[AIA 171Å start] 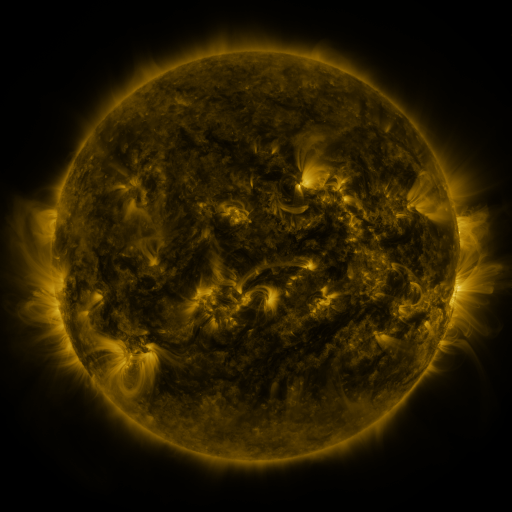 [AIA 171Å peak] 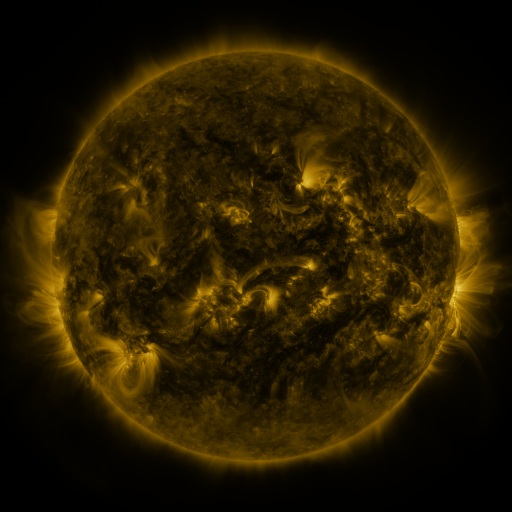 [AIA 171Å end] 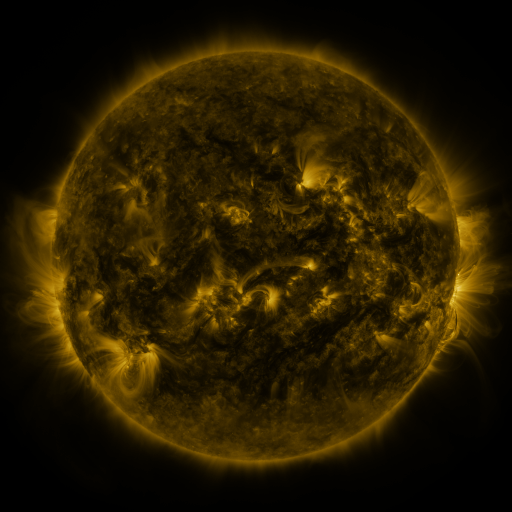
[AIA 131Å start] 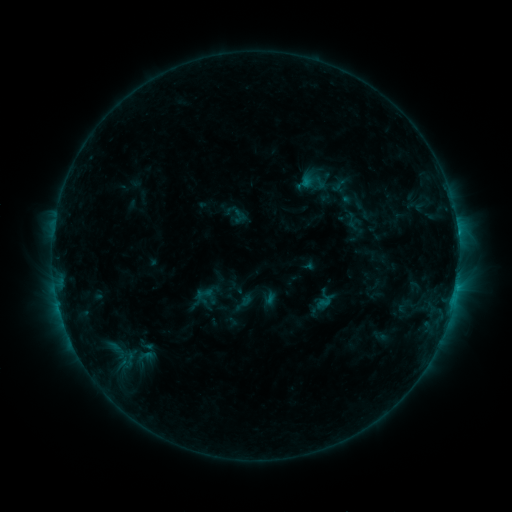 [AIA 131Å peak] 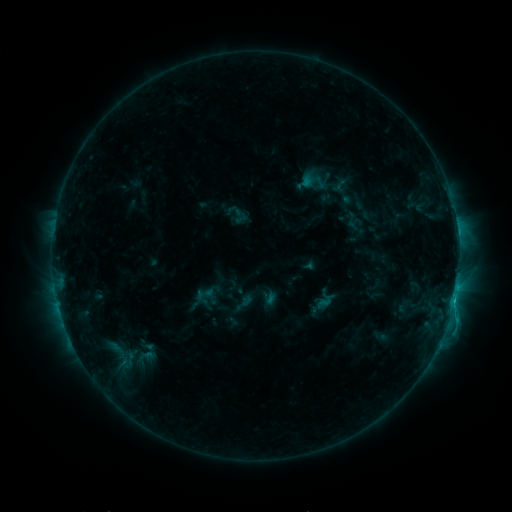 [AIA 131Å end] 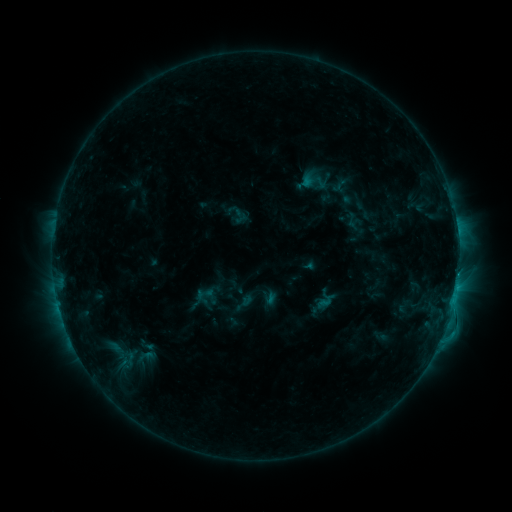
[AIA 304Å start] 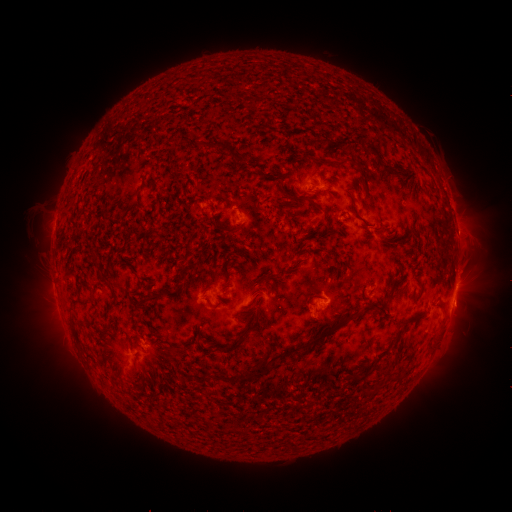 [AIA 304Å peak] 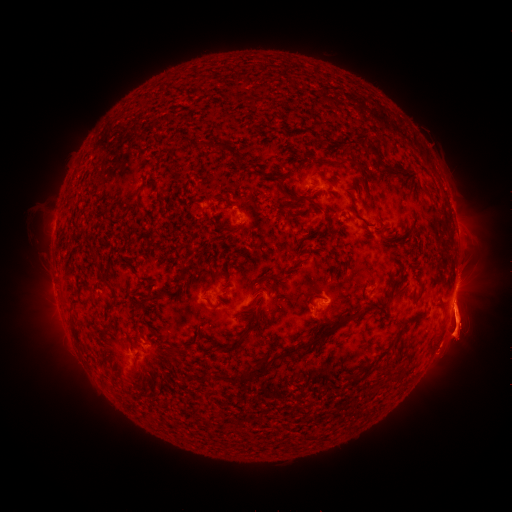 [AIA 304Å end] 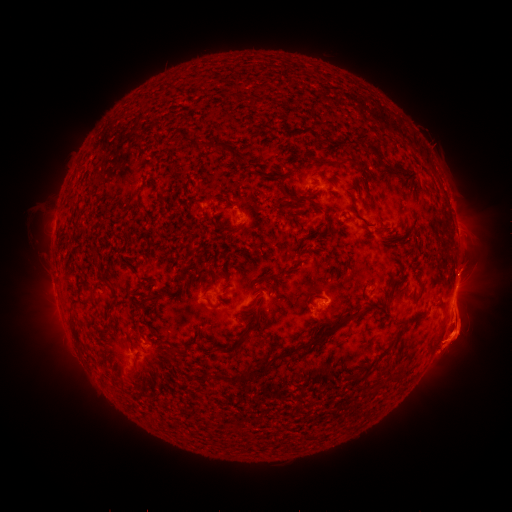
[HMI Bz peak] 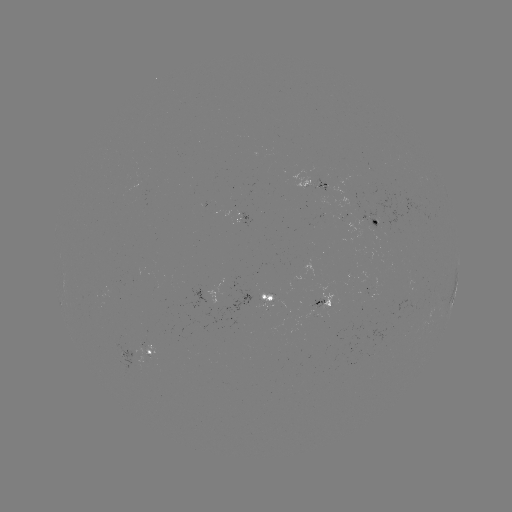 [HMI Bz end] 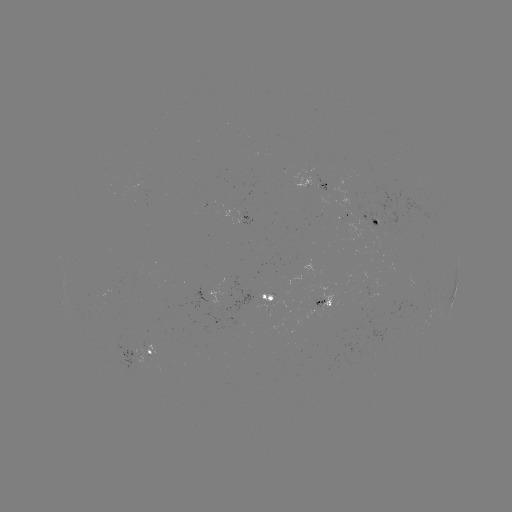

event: flare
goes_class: C3.2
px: (453, 301)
